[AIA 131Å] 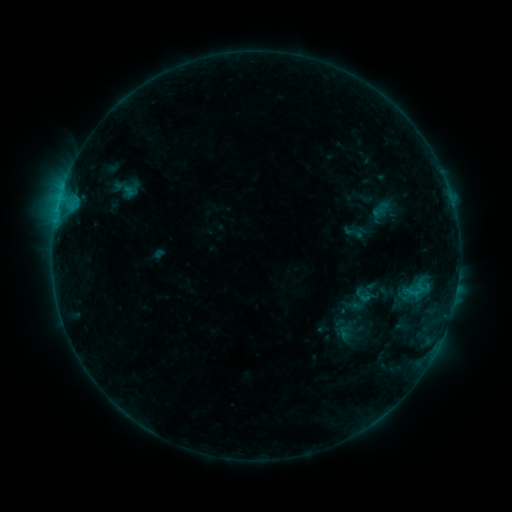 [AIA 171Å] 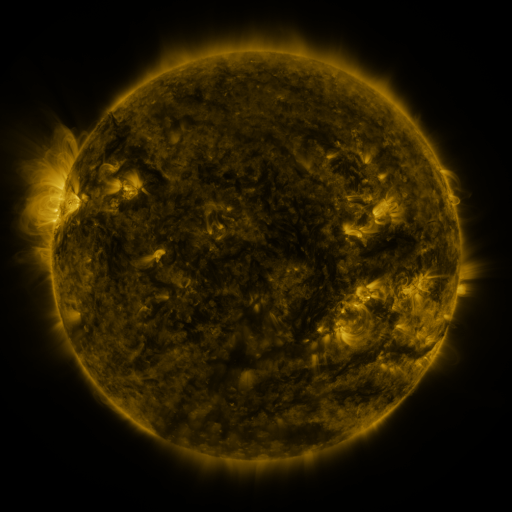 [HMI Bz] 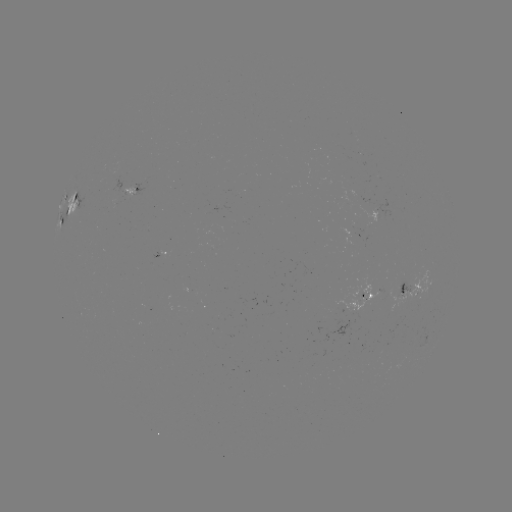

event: sigmoid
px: (126, 188)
